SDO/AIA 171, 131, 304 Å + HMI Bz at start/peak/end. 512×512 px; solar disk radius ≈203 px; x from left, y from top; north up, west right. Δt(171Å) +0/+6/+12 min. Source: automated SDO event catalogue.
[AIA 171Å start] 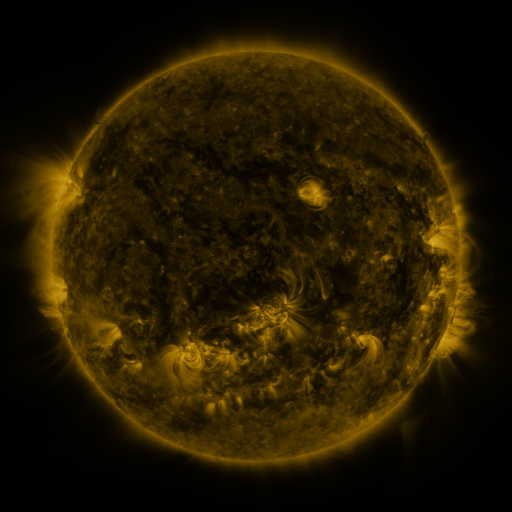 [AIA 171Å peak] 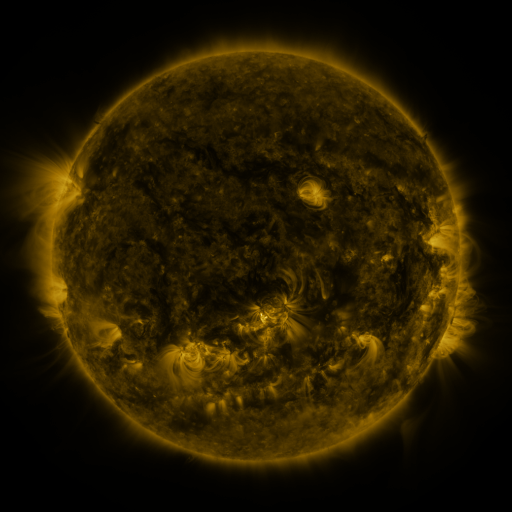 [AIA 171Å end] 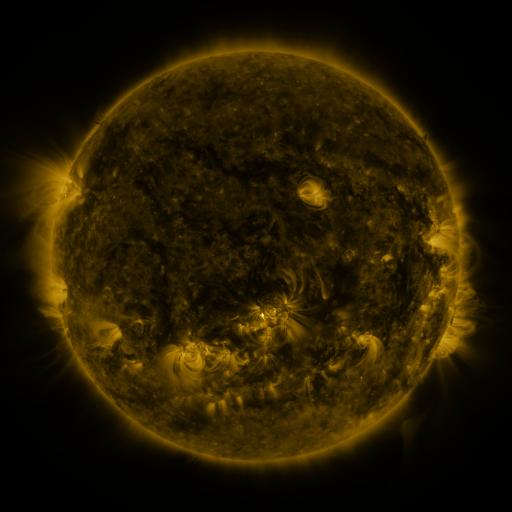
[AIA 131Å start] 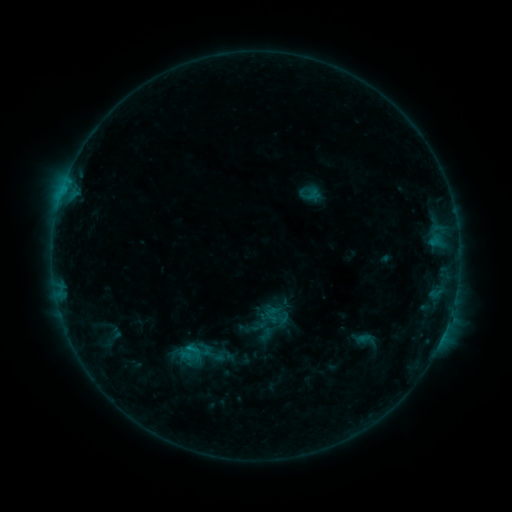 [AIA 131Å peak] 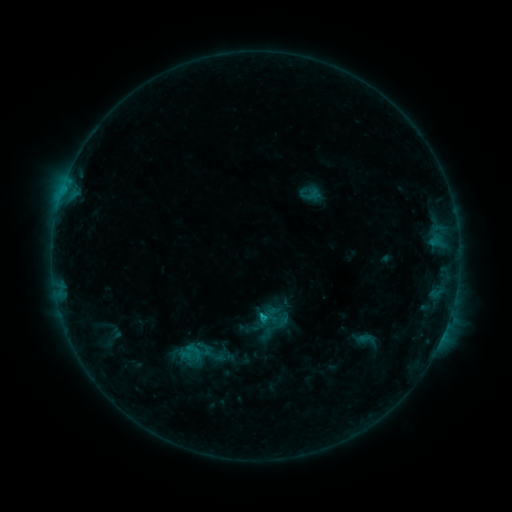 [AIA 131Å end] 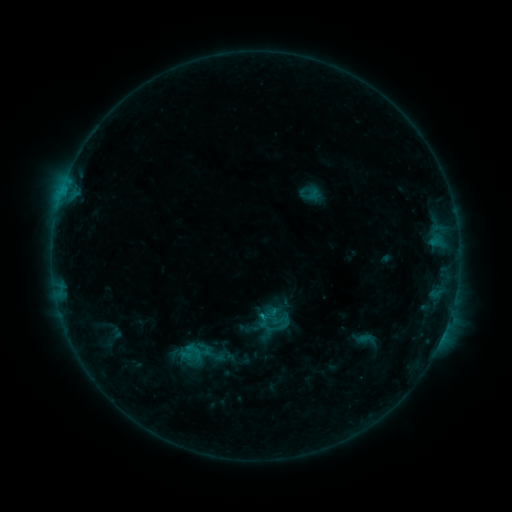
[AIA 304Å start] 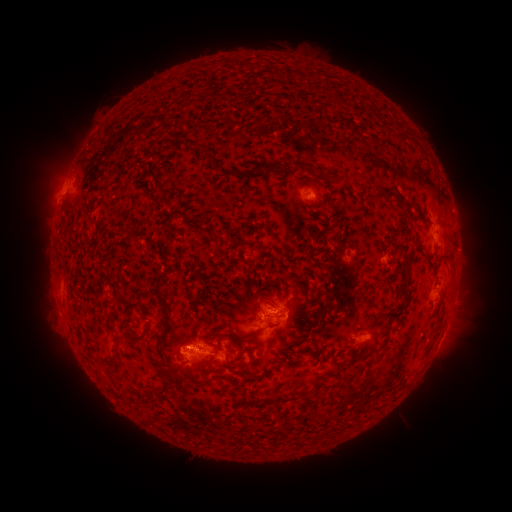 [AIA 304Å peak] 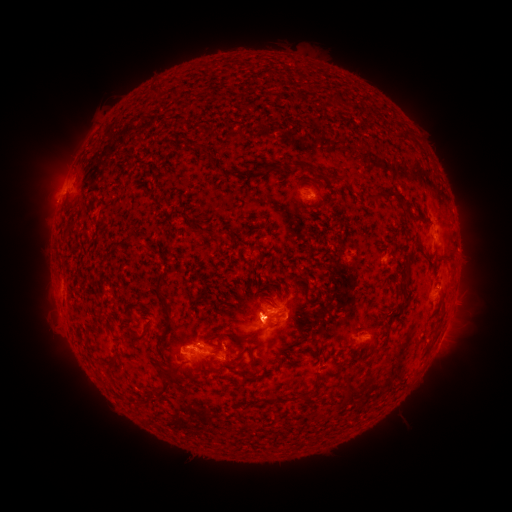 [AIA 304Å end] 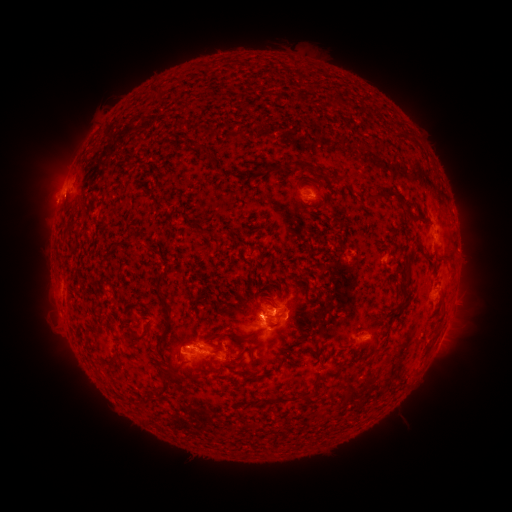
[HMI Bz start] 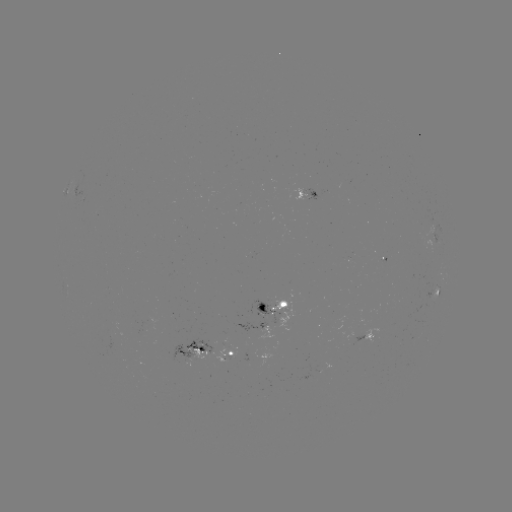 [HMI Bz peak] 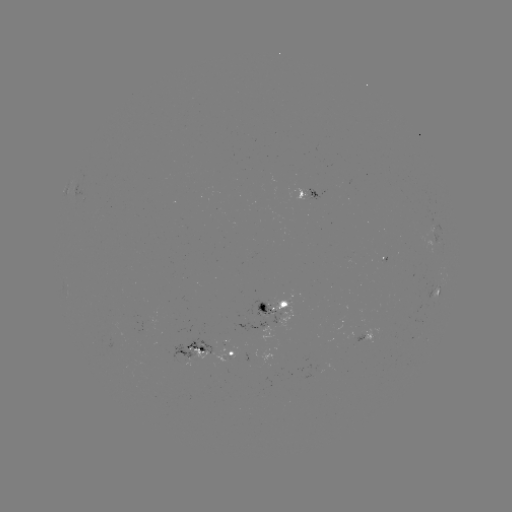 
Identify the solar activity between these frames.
C1.2 flare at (259, 315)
